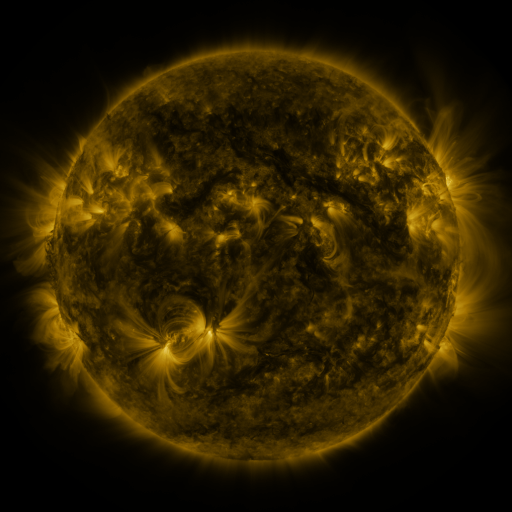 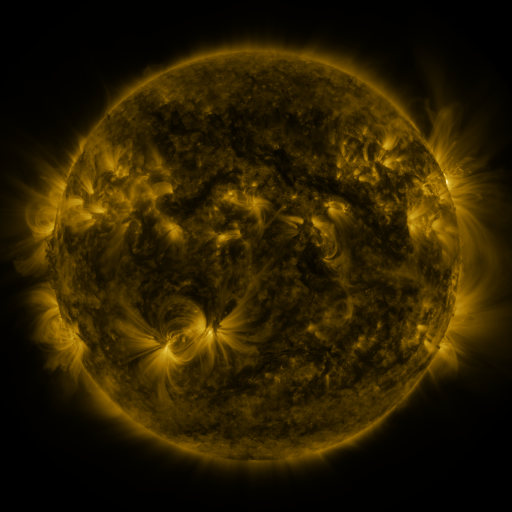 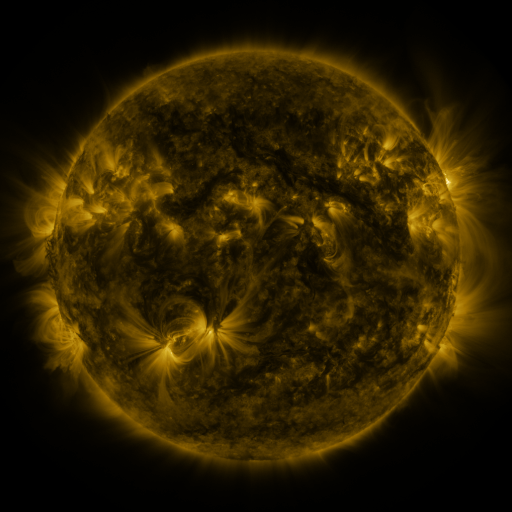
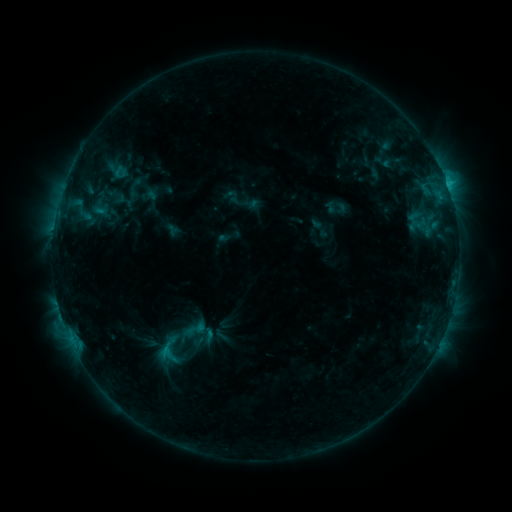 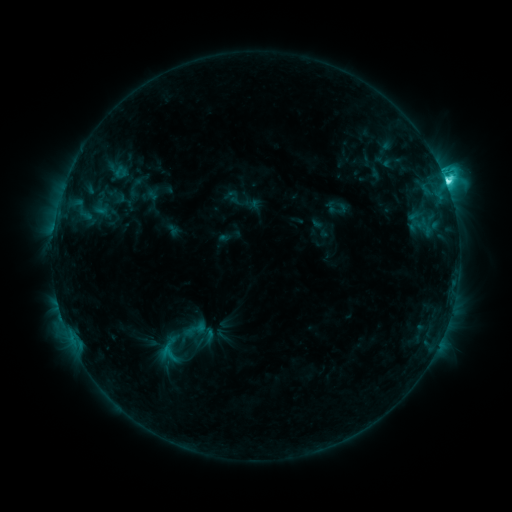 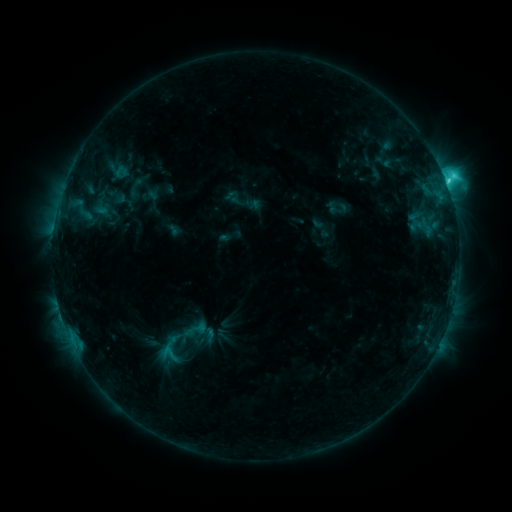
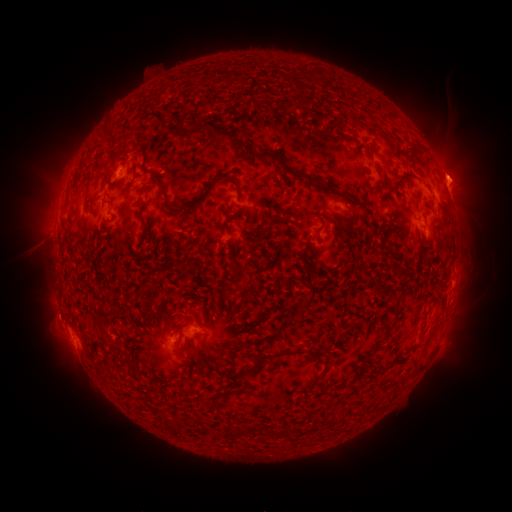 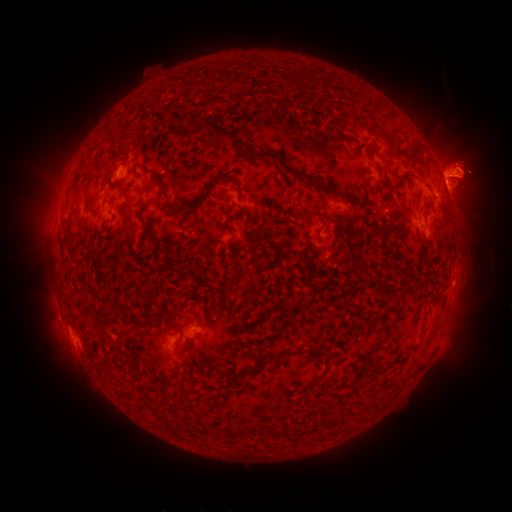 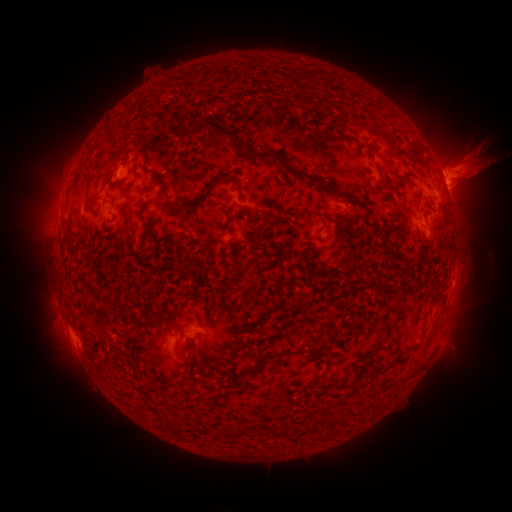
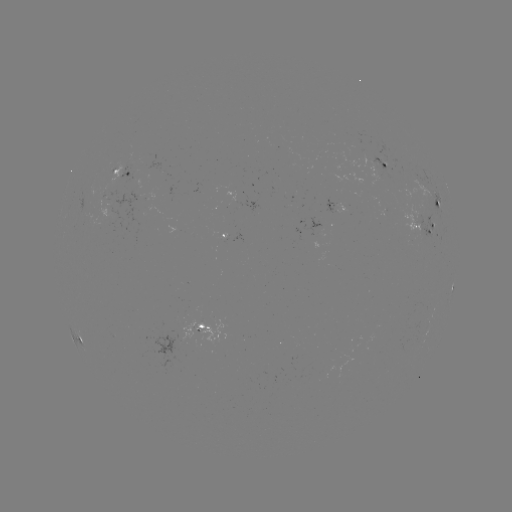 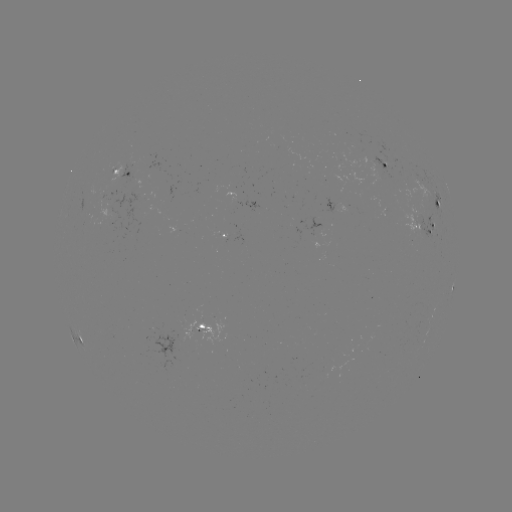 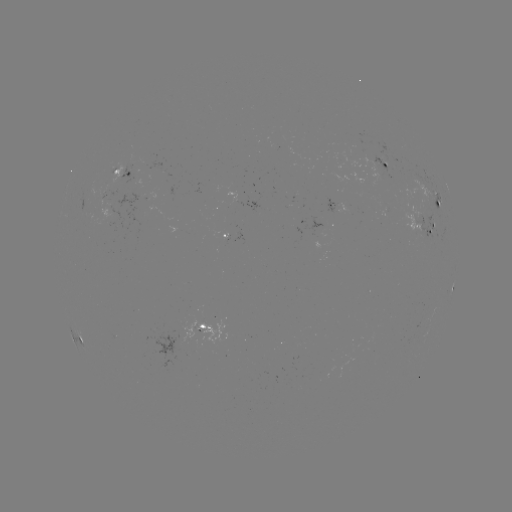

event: flare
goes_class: C7.9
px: (445, 183)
